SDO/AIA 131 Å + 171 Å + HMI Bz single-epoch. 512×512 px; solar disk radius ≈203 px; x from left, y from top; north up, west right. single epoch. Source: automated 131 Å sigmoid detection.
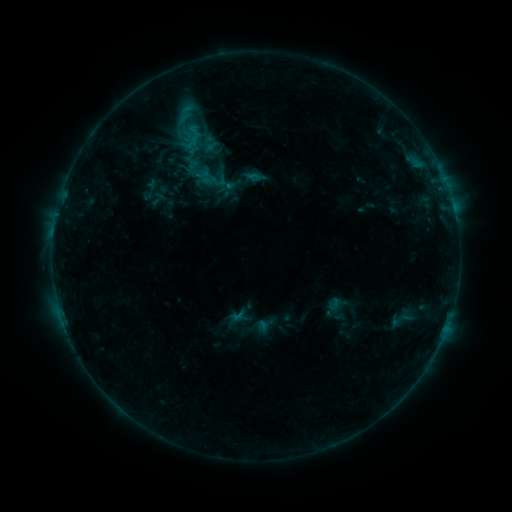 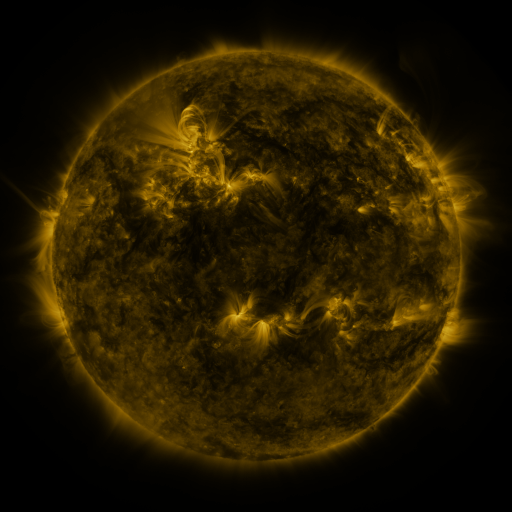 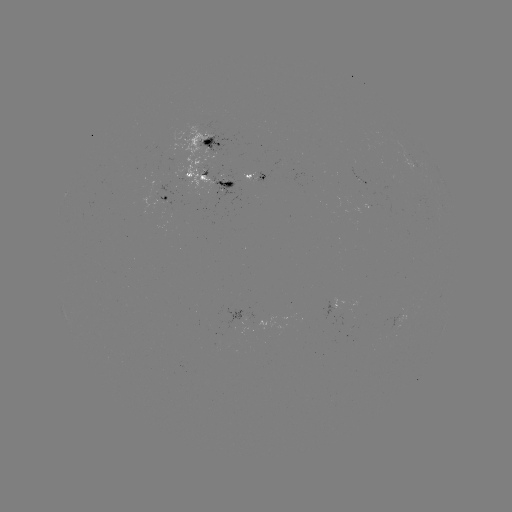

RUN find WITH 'sigmoid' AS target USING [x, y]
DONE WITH [159, 199] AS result